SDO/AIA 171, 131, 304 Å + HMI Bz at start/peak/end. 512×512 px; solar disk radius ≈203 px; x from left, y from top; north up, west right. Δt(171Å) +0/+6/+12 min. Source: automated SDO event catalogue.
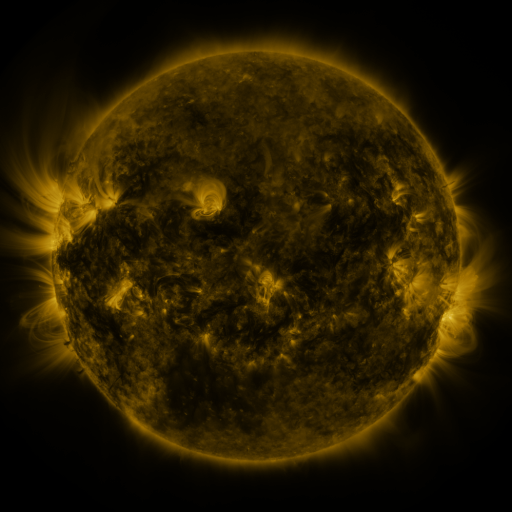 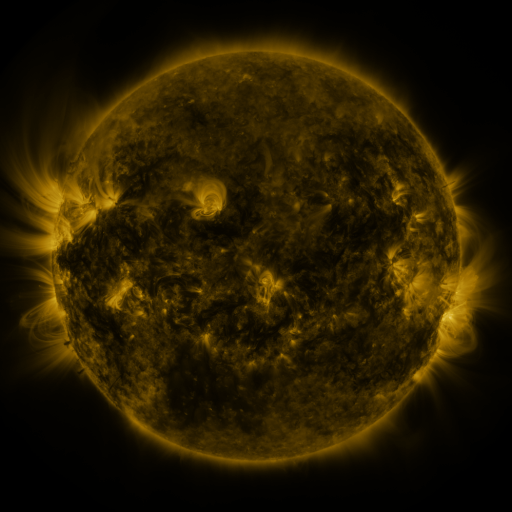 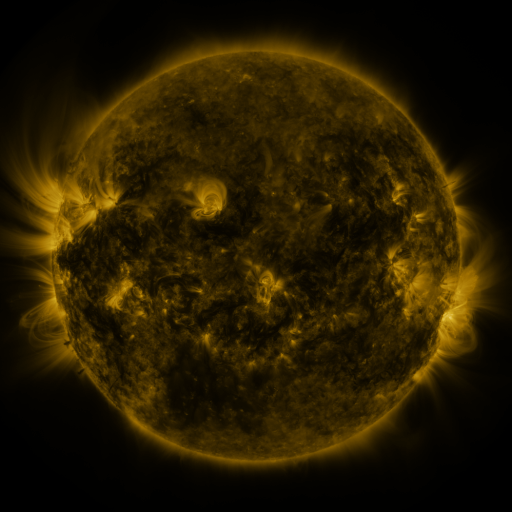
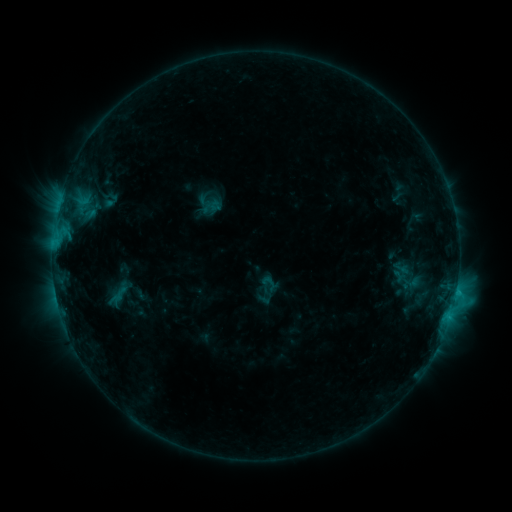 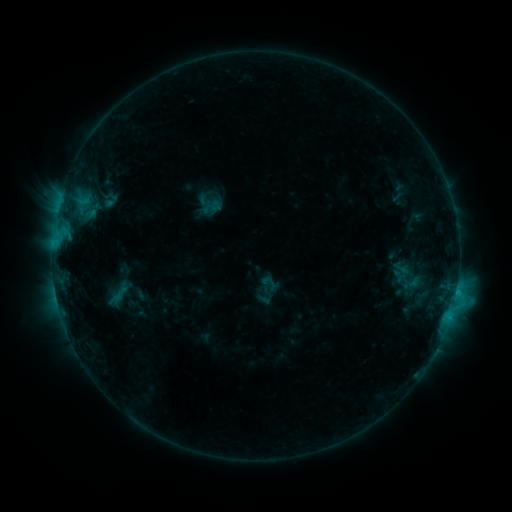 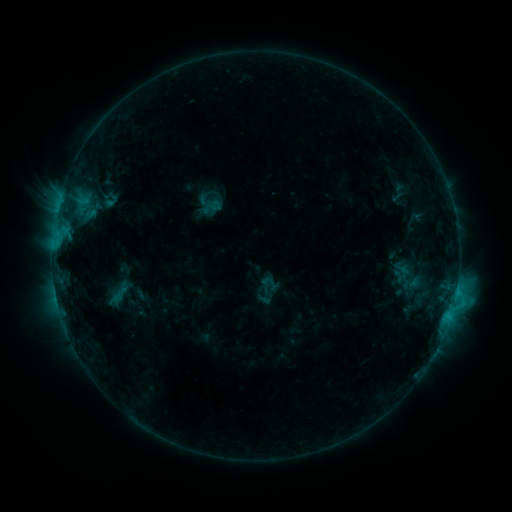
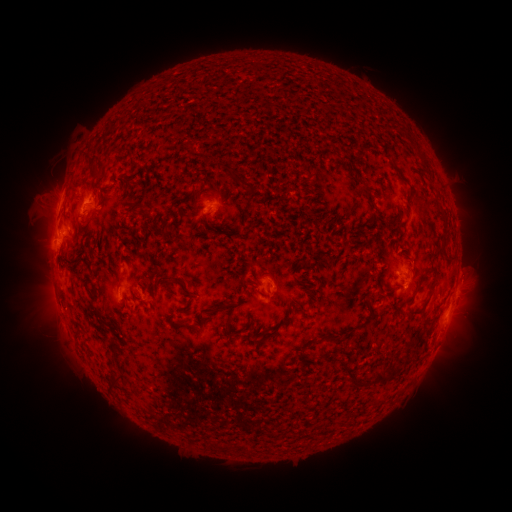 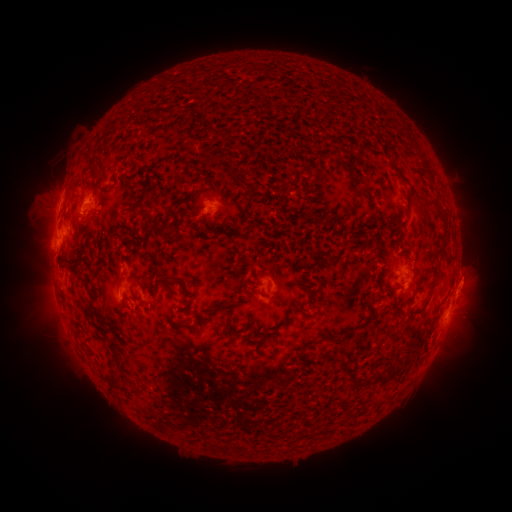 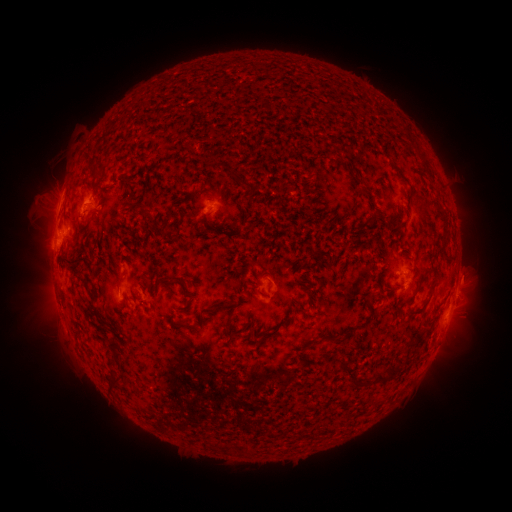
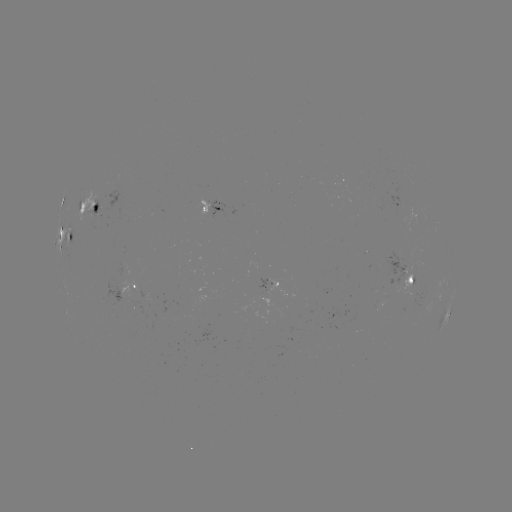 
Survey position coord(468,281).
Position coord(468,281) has eruption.